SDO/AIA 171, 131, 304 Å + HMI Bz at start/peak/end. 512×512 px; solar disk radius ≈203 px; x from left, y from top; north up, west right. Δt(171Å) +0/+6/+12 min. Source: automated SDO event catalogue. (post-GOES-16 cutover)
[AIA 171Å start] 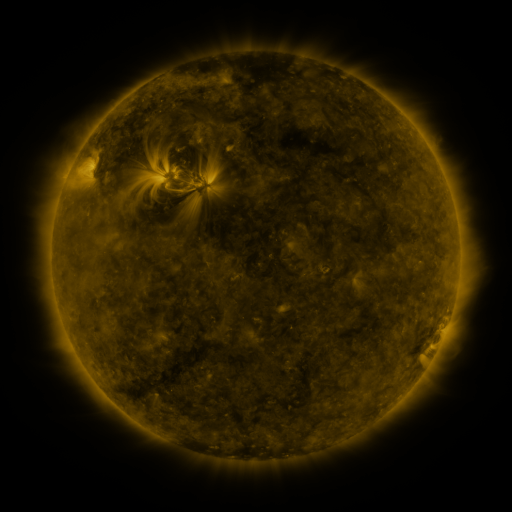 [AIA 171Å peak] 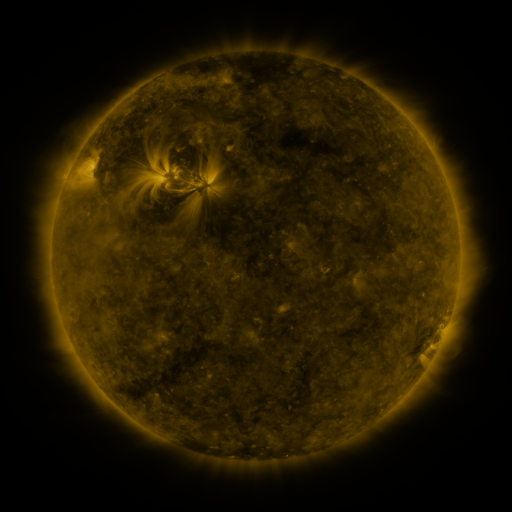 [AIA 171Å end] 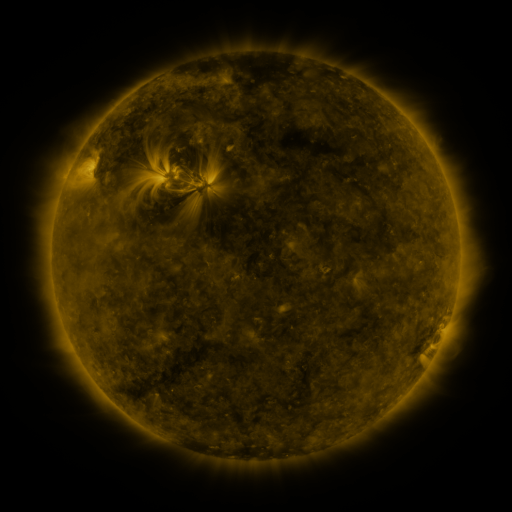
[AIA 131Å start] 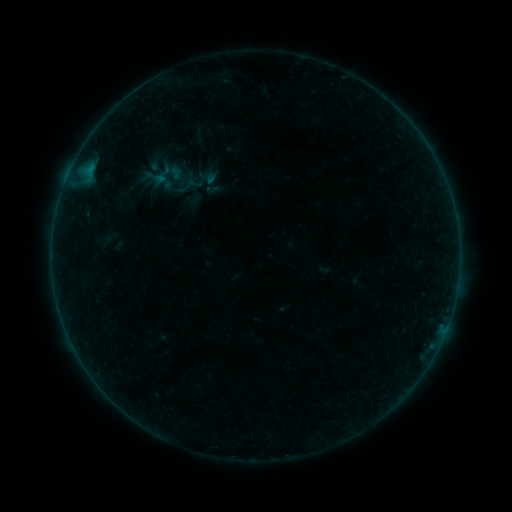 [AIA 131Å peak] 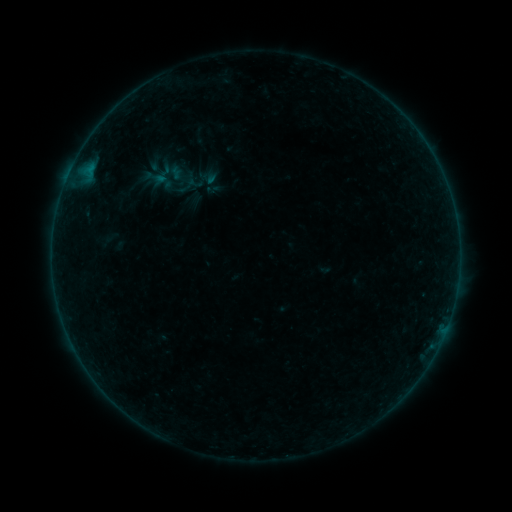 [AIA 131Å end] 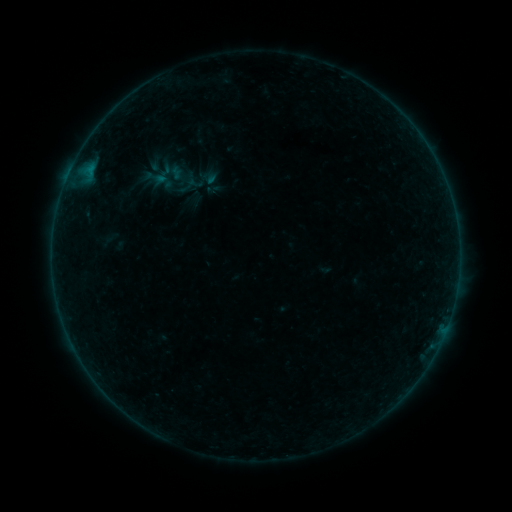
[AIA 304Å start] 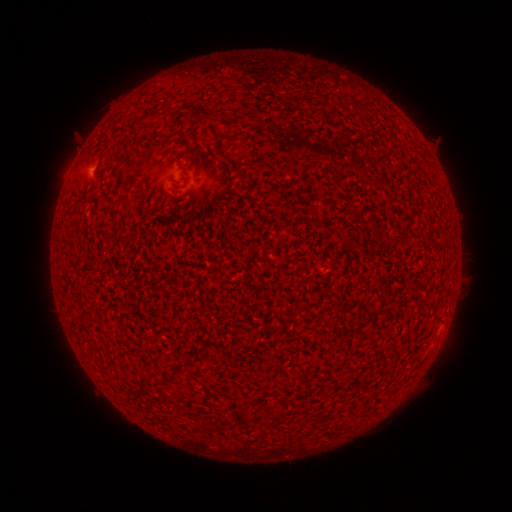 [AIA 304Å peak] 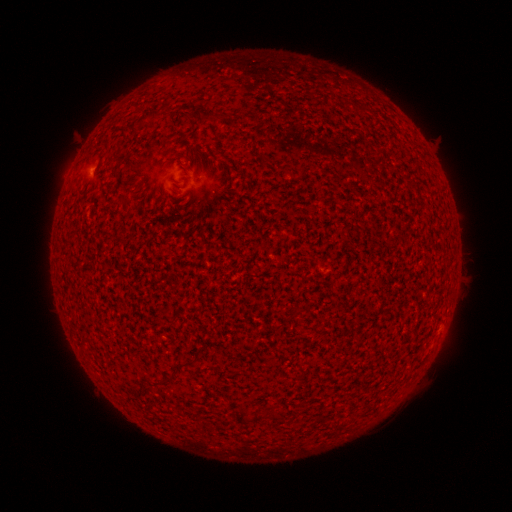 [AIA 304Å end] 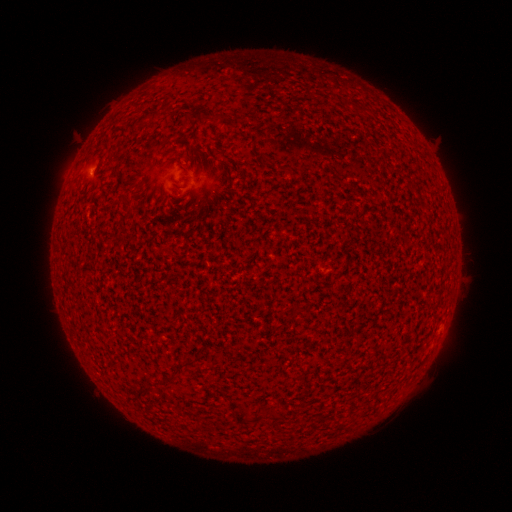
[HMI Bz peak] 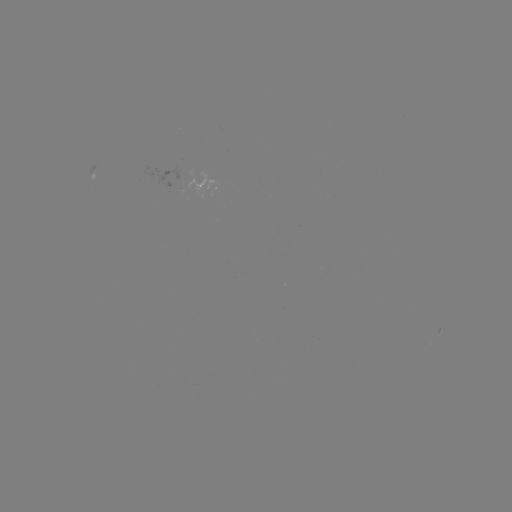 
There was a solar flare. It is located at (91, 171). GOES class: A5.0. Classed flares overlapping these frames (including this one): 2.